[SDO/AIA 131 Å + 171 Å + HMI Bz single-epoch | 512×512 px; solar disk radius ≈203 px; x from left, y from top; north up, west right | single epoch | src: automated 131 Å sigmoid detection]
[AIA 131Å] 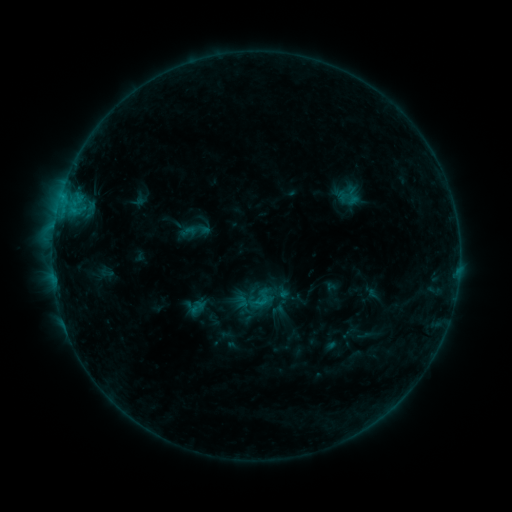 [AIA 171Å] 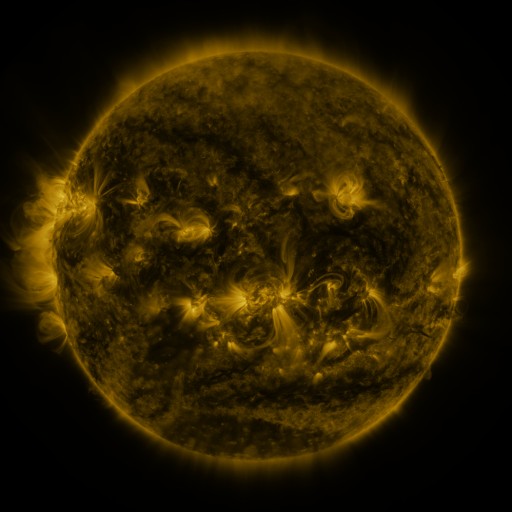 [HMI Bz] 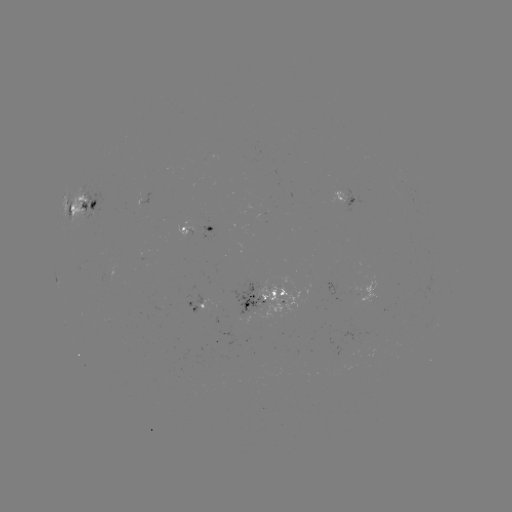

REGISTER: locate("sigmoid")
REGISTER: (188, 231)